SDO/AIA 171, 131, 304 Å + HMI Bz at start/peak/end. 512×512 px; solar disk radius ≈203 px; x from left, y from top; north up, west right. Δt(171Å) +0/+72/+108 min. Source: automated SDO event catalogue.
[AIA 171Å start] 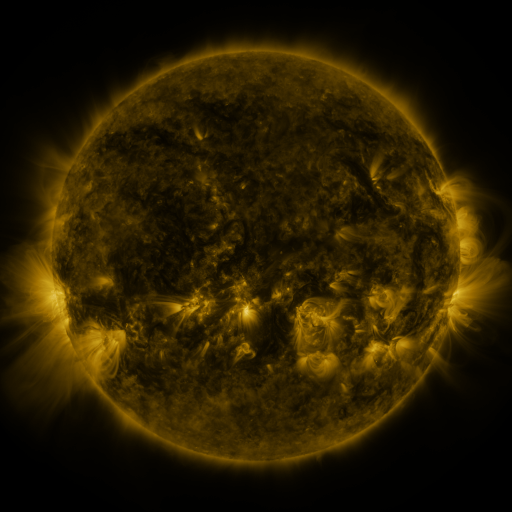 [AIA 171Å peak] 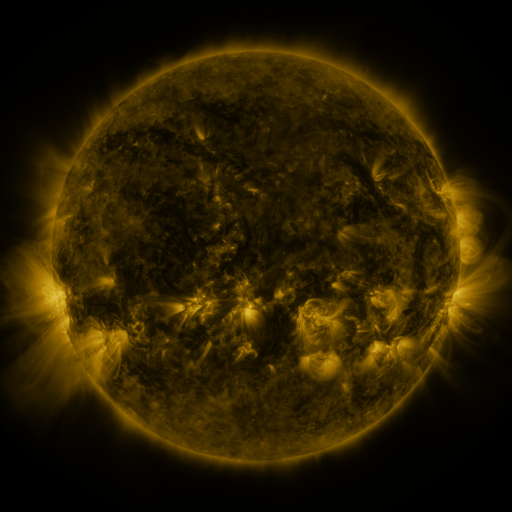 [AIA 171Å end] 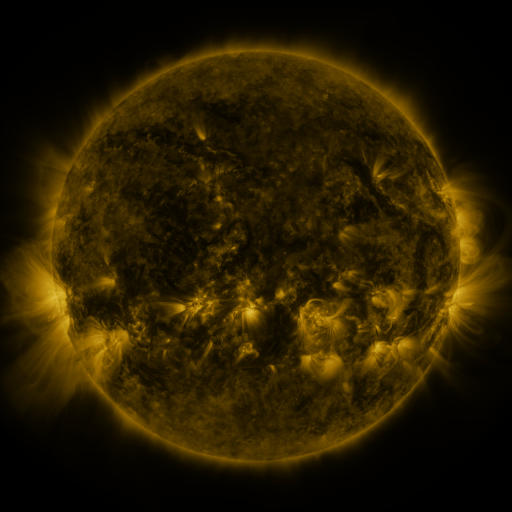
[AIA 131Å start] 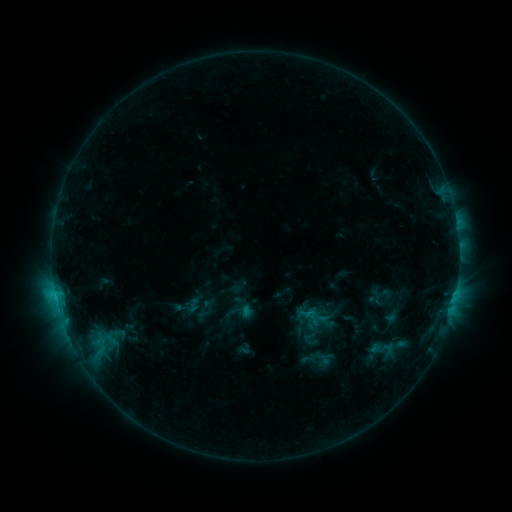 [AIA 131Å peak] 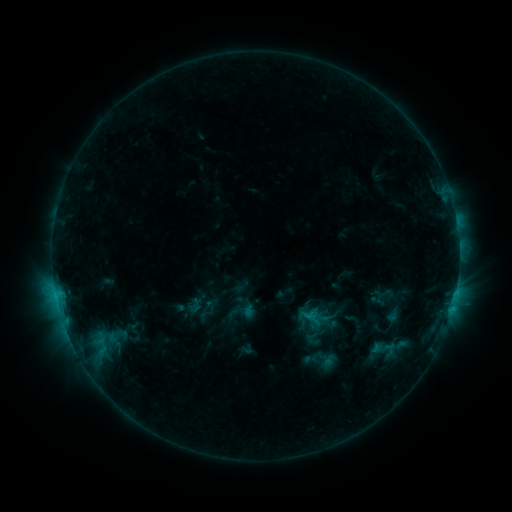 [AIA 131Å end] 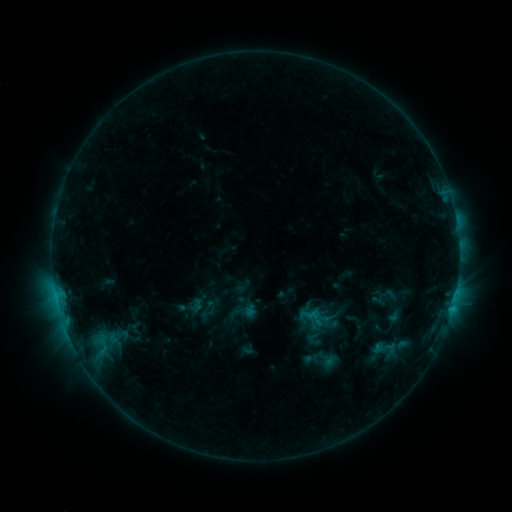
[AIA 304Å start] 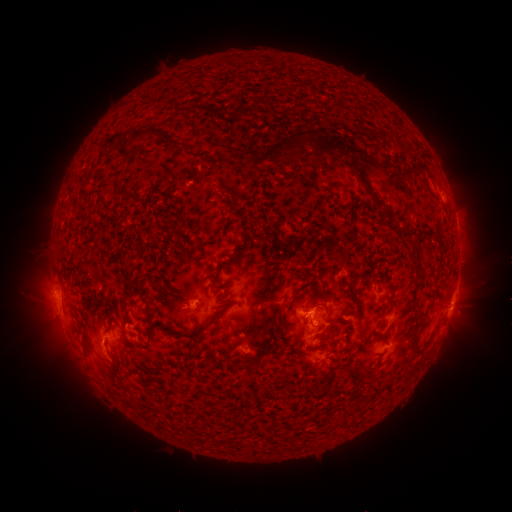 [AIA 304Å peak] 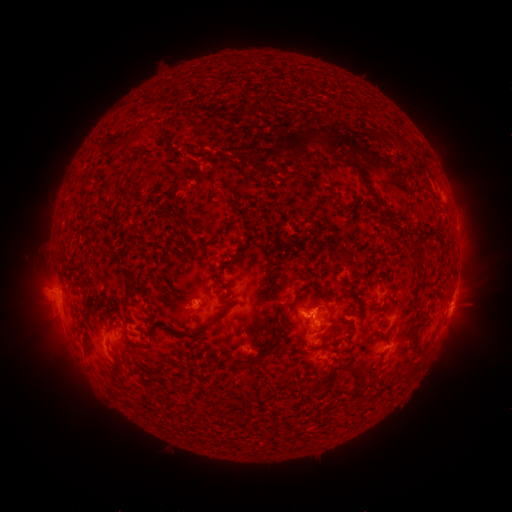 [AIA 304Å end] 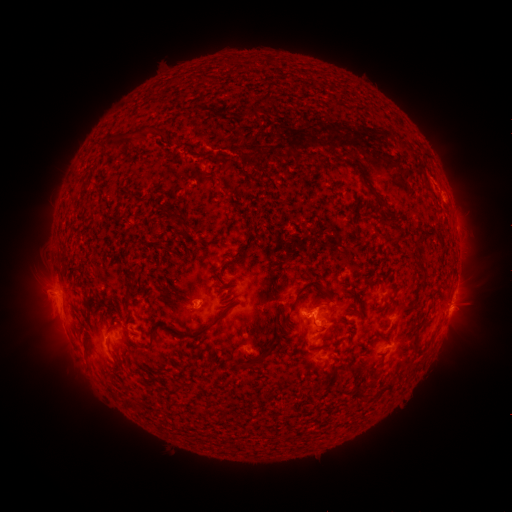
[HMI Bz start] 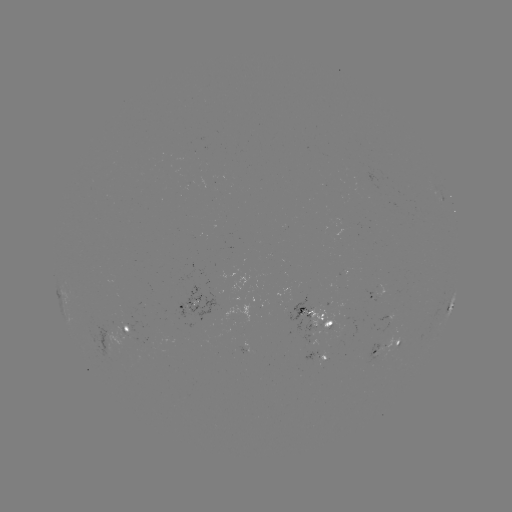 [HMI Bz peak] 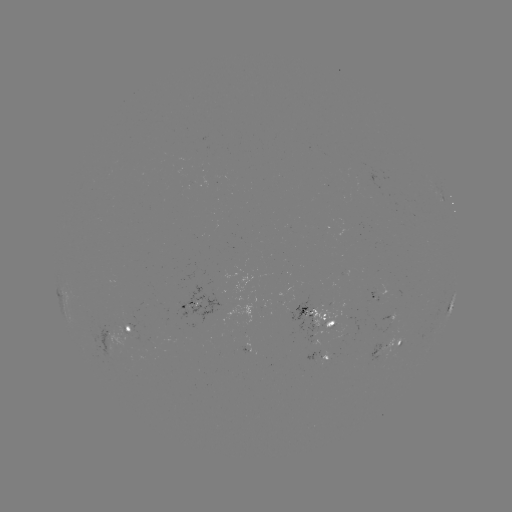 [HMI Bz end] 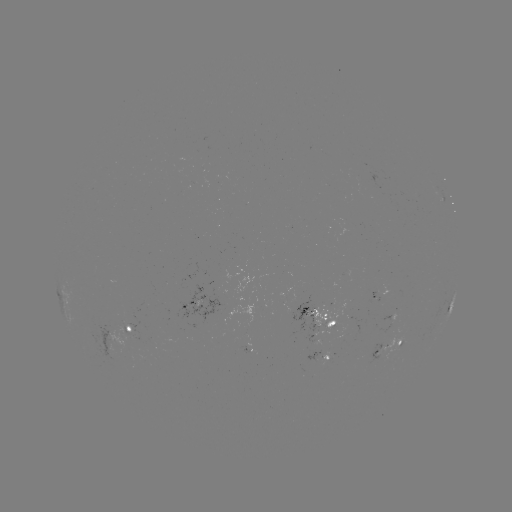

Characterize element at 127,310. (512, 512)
emerging-flux region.